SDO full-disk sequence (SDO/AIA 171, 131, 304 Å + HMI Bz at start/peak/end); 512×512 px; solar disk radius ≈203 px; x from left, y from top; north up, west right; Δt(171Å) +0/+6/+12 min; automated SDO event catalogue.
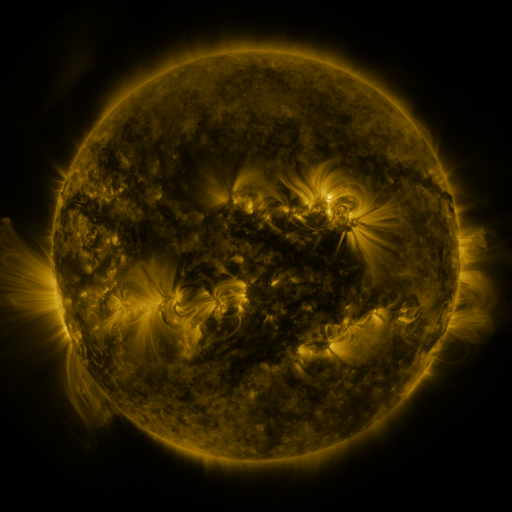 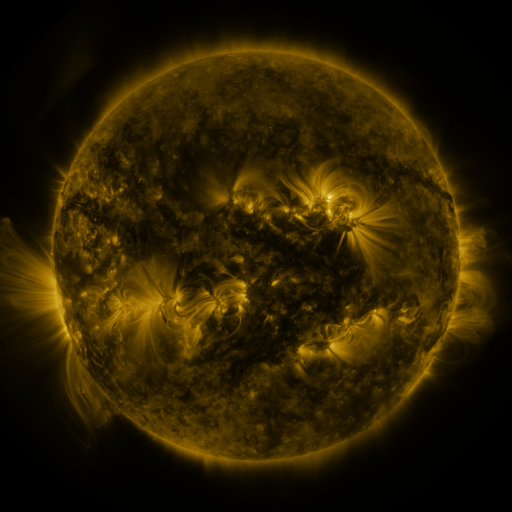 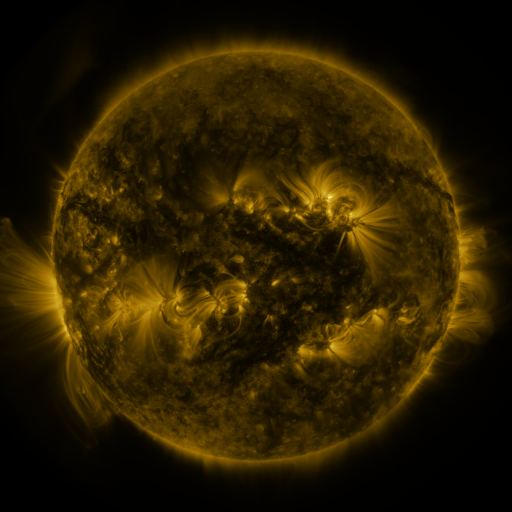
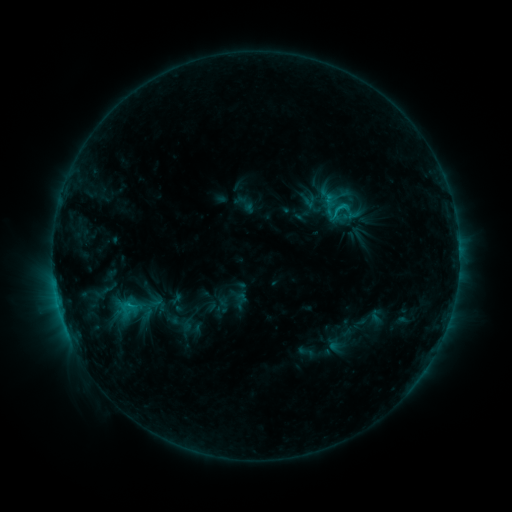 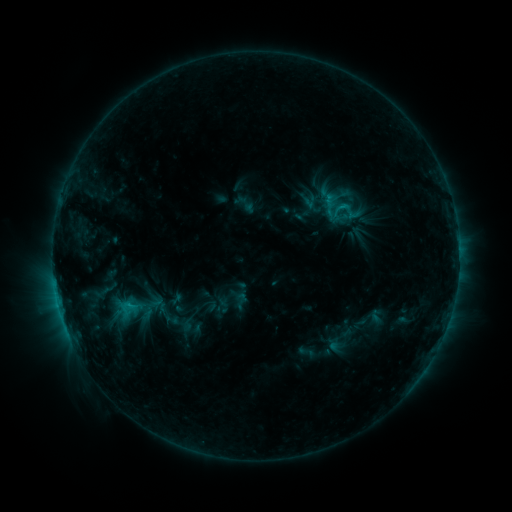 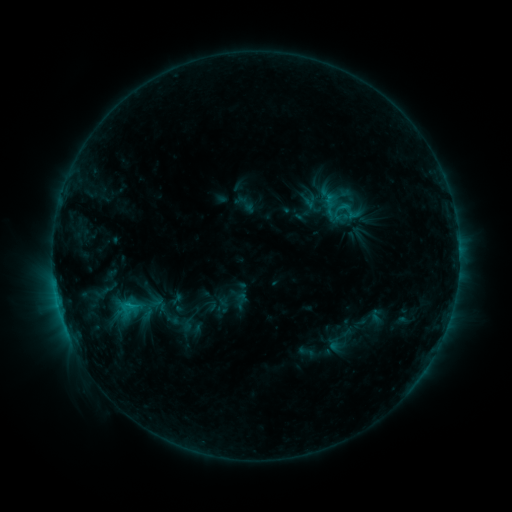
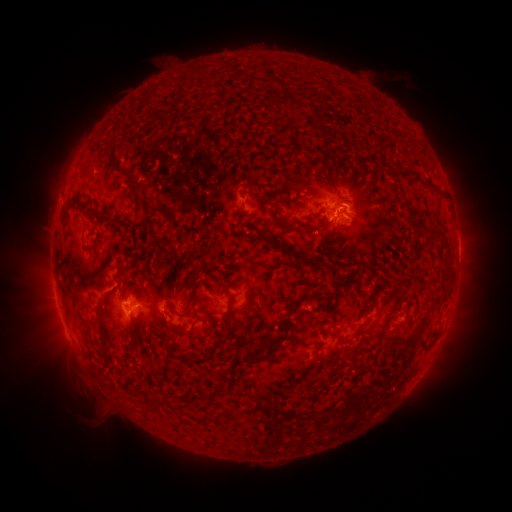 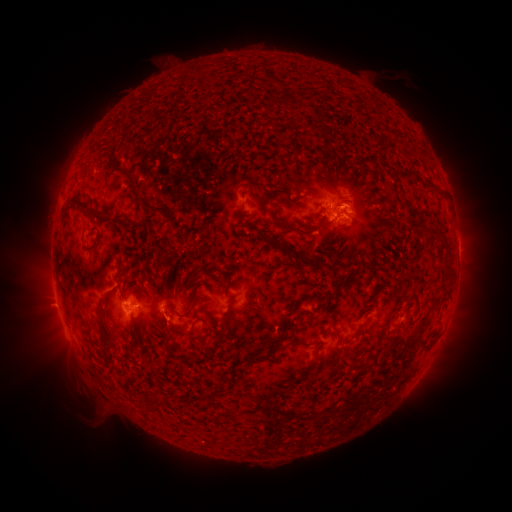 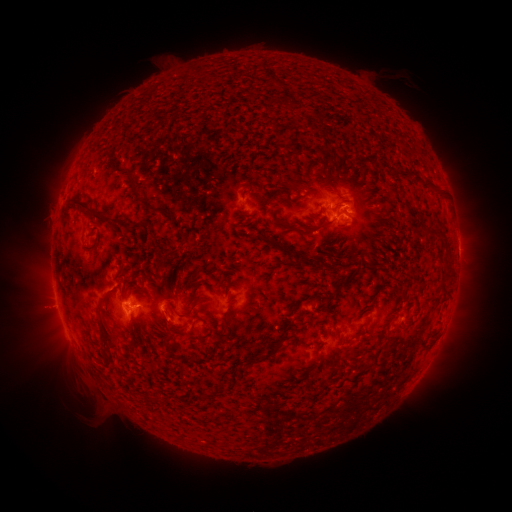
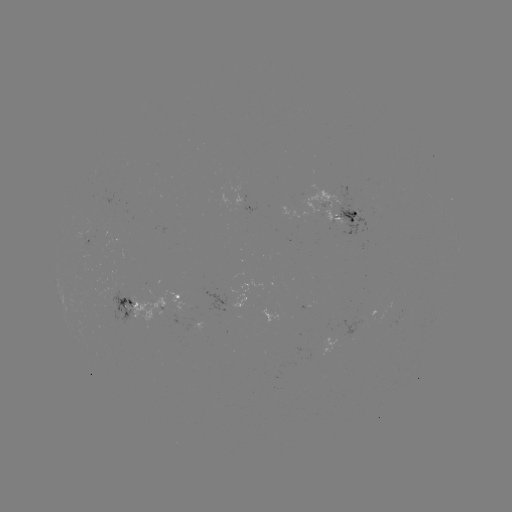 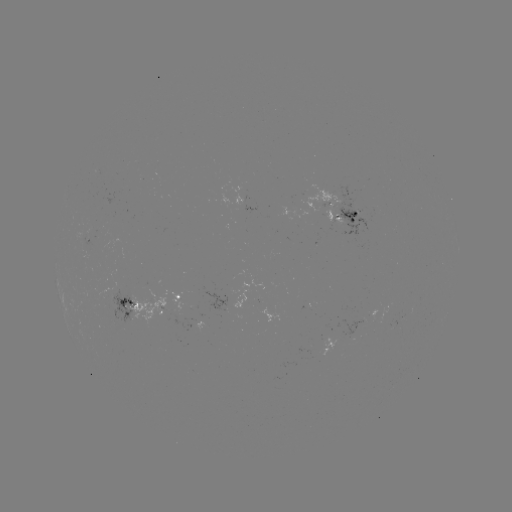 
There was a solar eruption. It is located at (46, 309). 